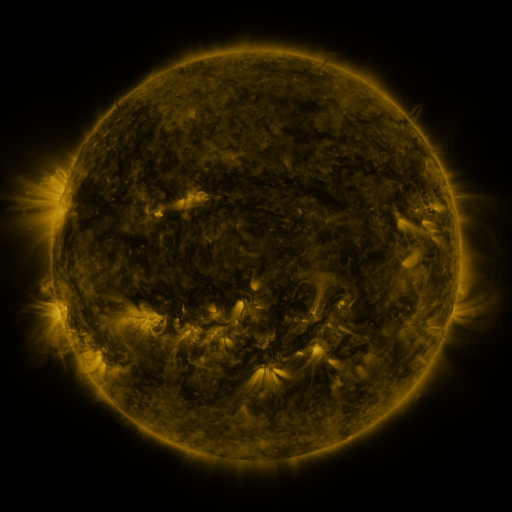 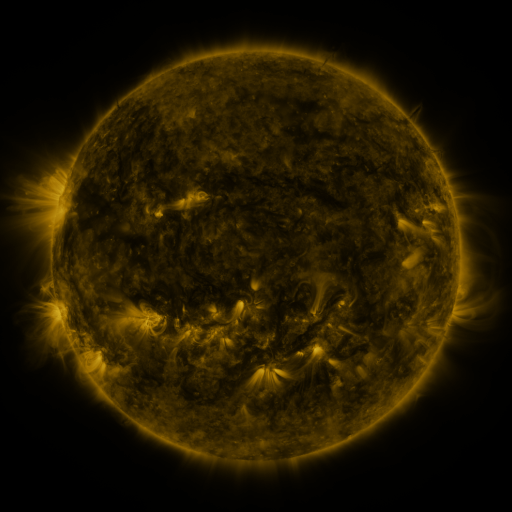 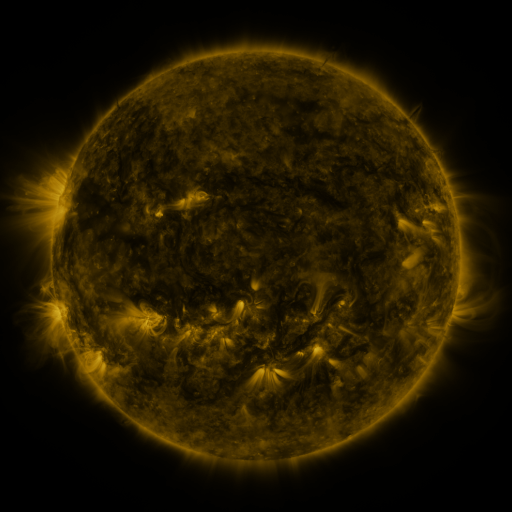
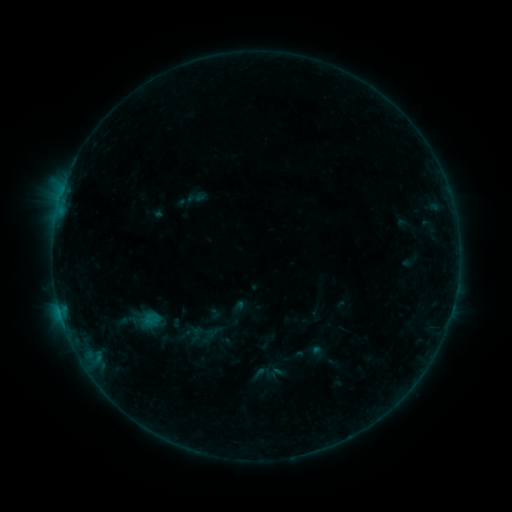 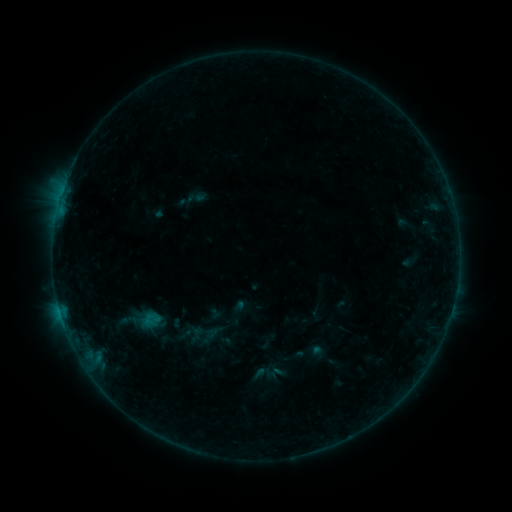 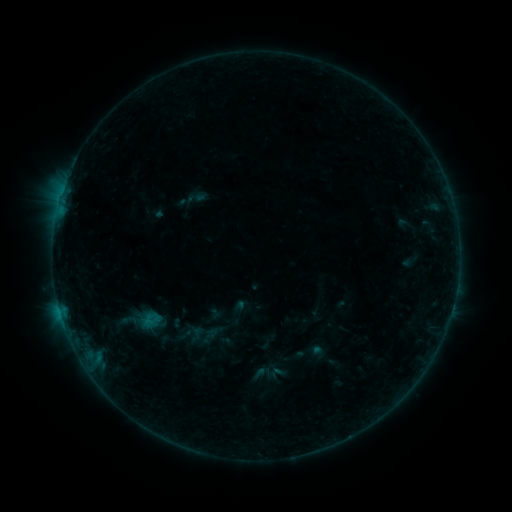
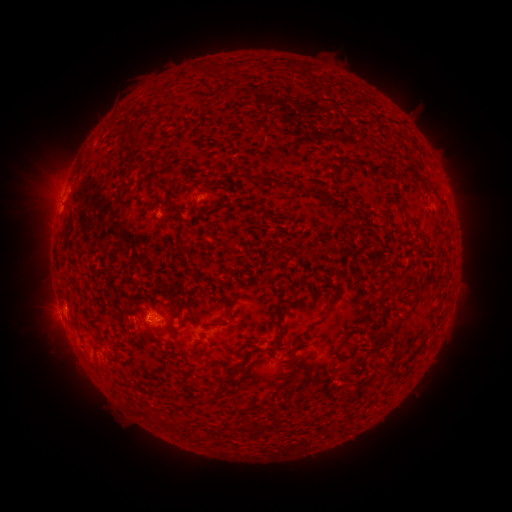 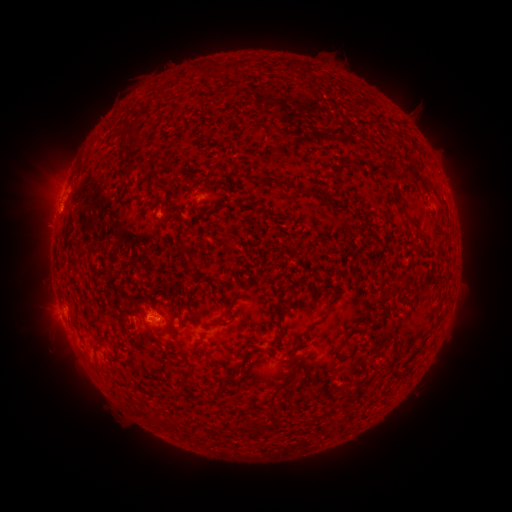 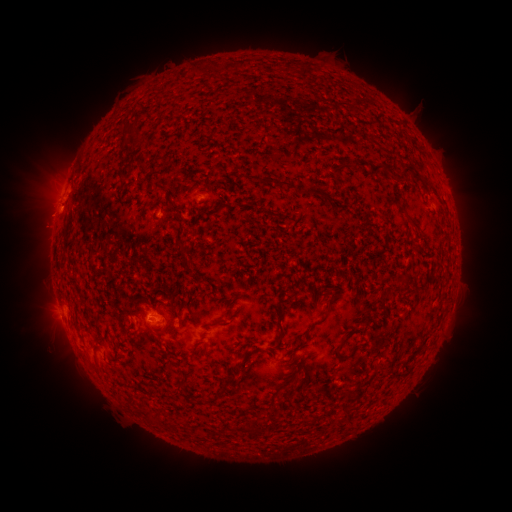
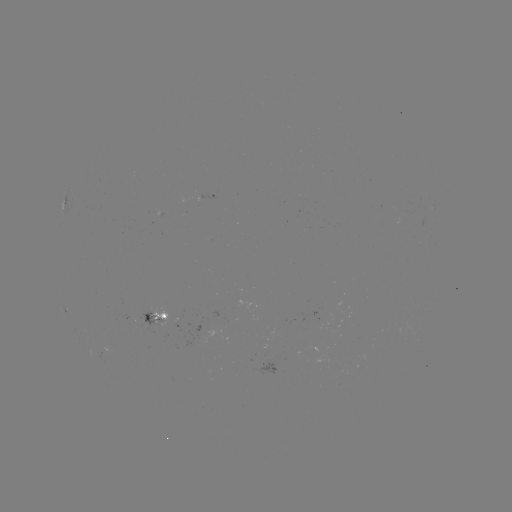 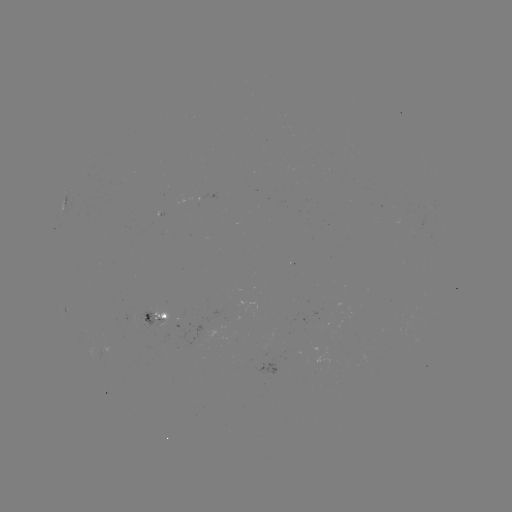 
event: eruption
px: (44, 219)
